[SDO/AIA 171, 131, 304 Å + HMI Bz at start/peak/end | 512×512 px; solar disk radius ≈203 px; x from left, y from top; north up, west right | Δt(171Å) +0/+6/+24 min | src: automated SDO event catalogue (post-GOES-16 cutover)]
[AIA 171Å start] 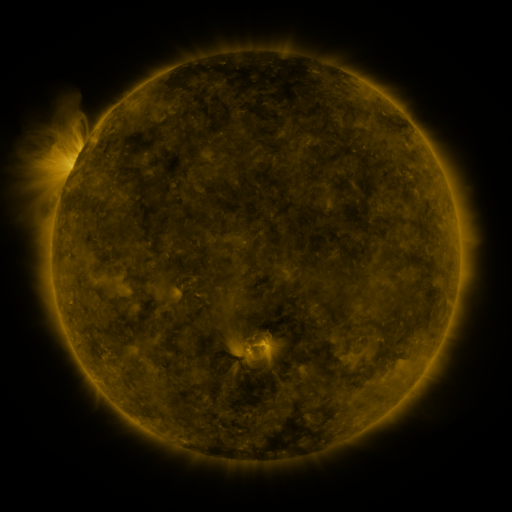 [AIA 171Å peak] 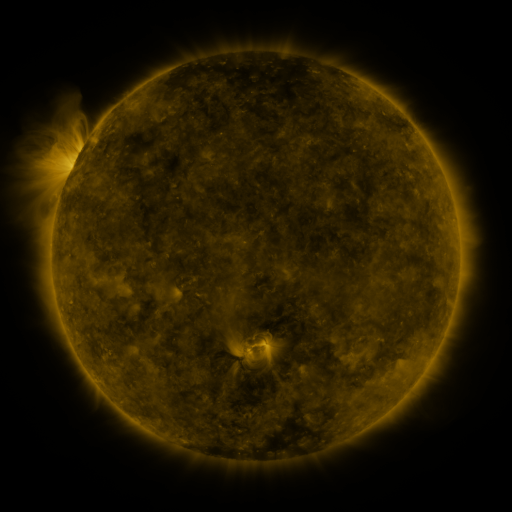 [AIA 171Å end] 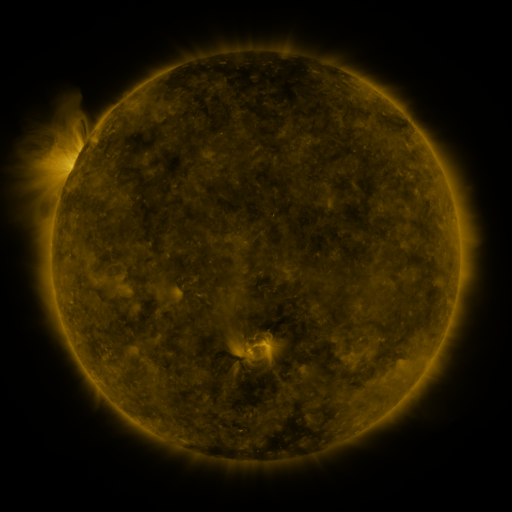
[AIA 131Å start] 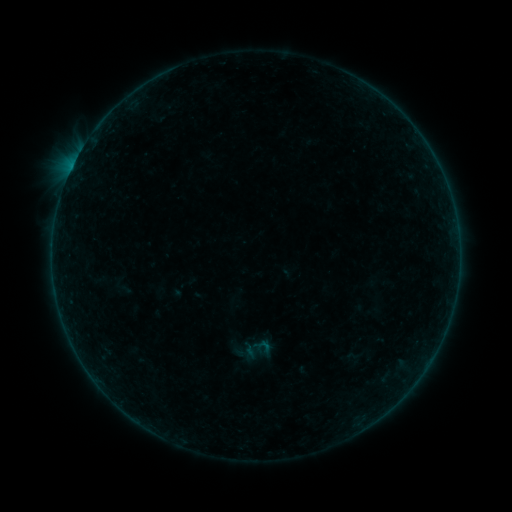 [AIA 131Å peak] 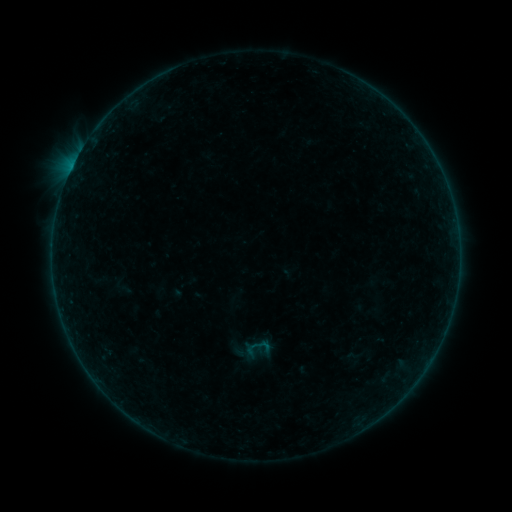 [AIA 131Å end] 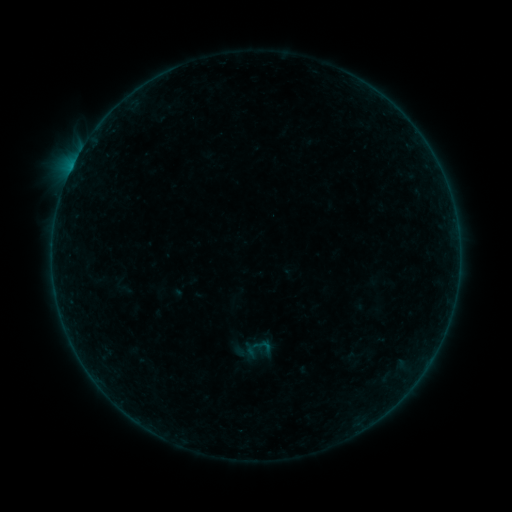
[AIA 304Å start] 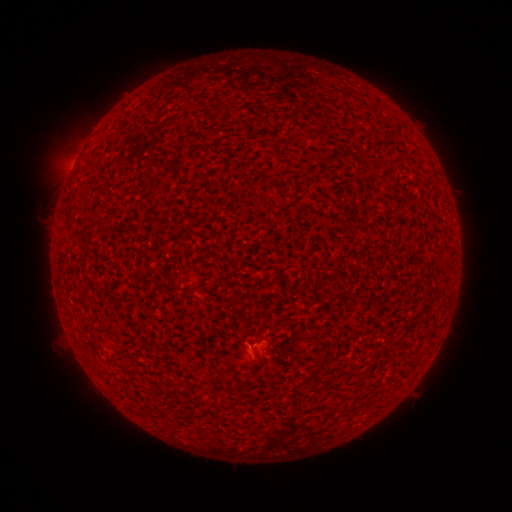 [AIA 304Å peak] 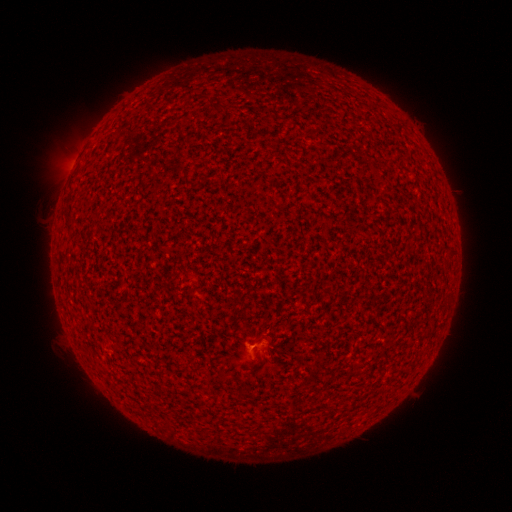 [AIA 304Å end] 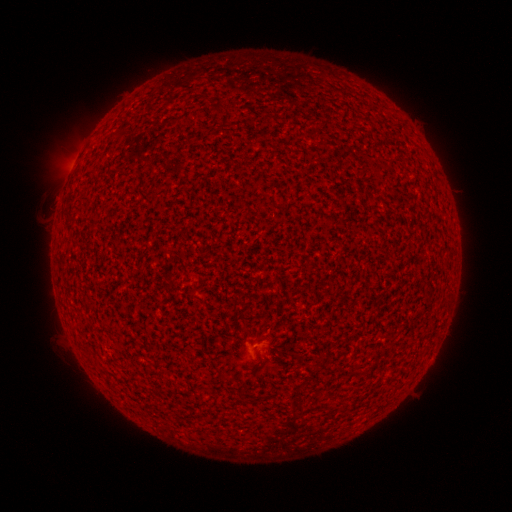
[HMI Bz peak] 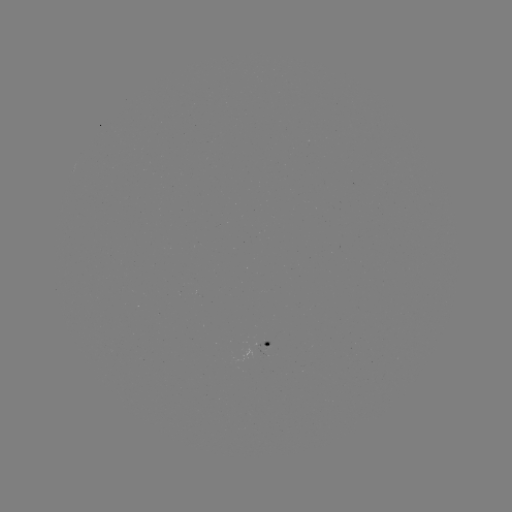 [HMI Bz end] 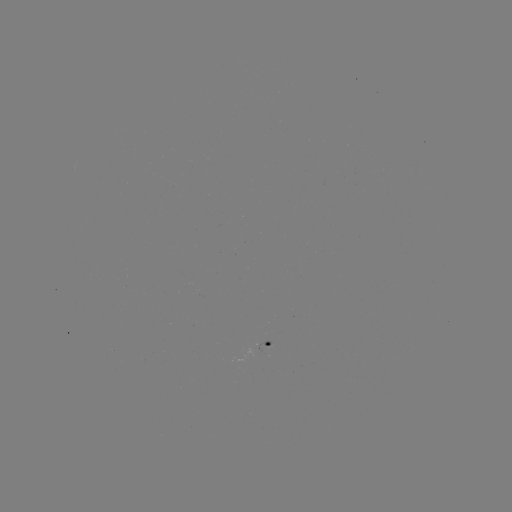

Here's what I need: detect A7.4 flare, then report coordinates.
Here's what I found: A7.4 flare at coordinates (256, 343).